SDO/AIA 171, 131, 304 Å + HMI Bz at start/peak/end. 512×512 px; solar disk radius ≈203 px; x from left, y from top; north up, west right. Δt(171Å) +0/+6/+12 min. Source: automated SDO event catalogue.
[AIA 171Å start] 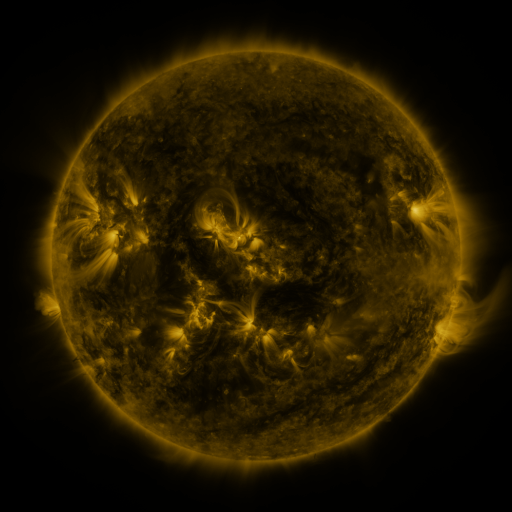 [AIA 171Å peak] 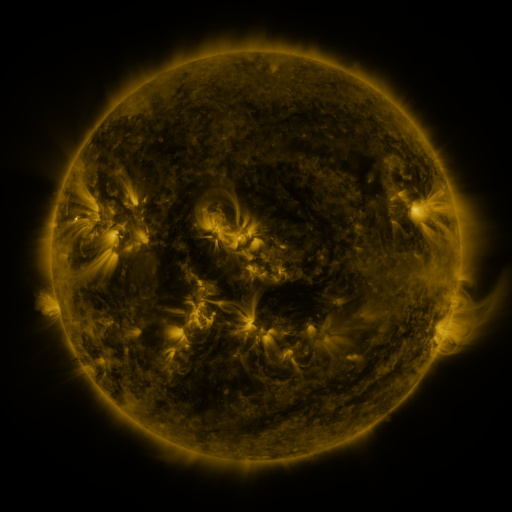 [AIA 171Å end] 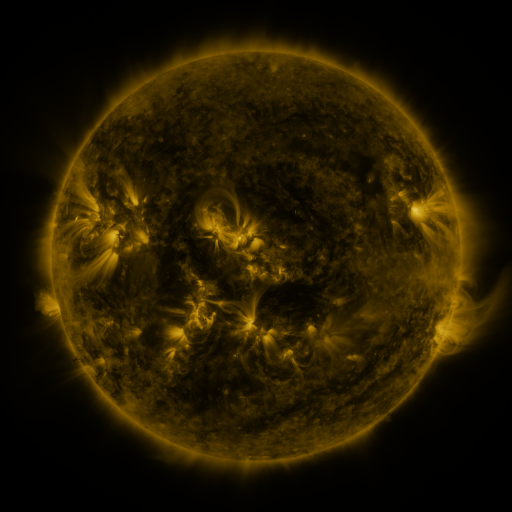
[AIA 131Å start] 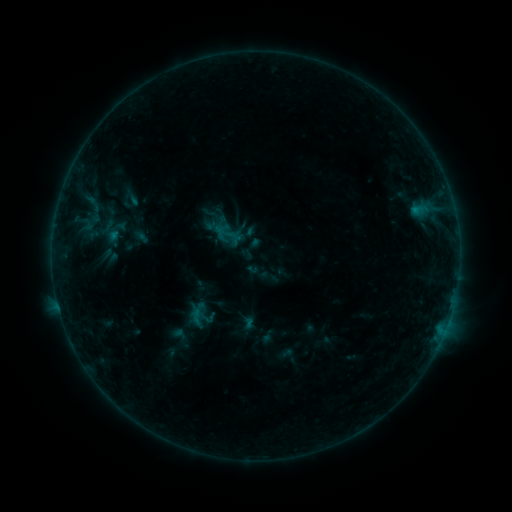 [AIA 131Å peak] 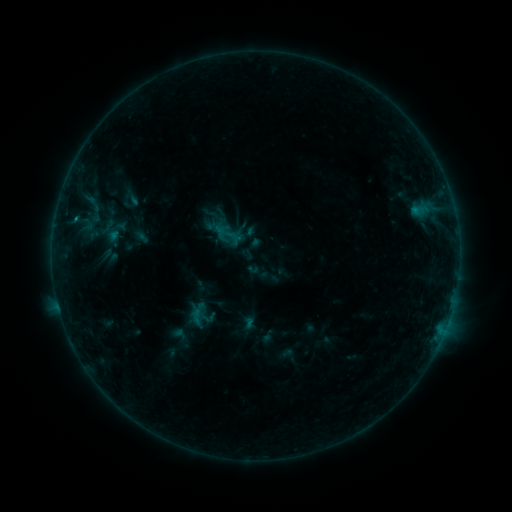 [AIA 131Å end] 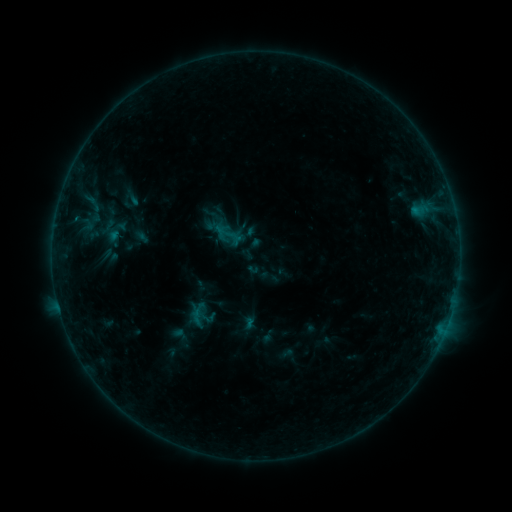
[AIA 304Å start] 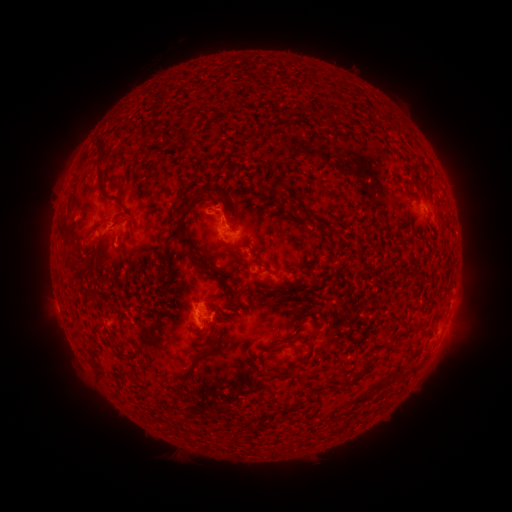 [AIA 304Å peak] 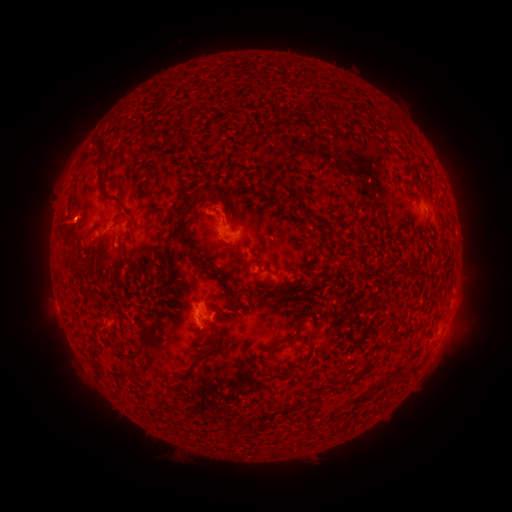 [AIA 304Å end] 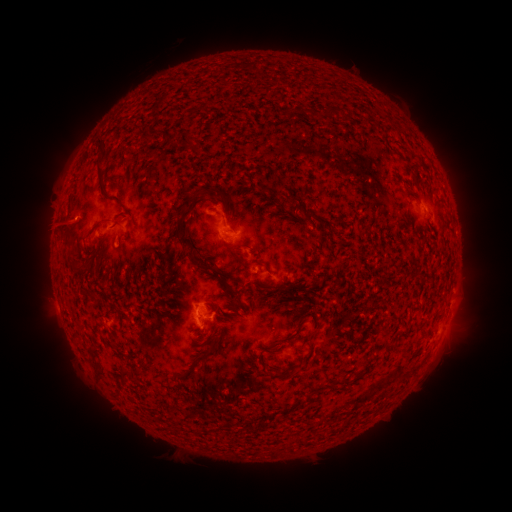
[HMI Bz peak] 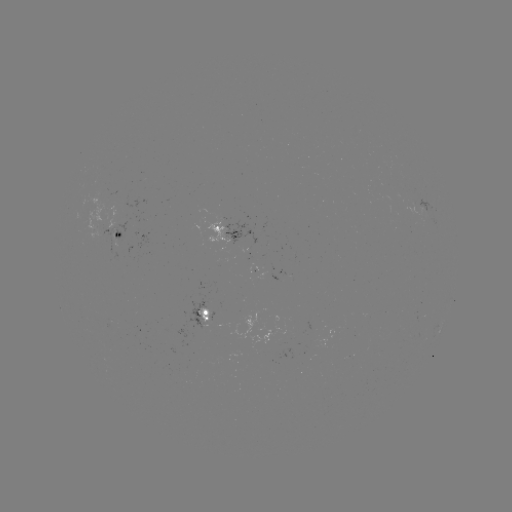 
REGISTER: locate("B4.4 flare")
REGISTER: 76,221